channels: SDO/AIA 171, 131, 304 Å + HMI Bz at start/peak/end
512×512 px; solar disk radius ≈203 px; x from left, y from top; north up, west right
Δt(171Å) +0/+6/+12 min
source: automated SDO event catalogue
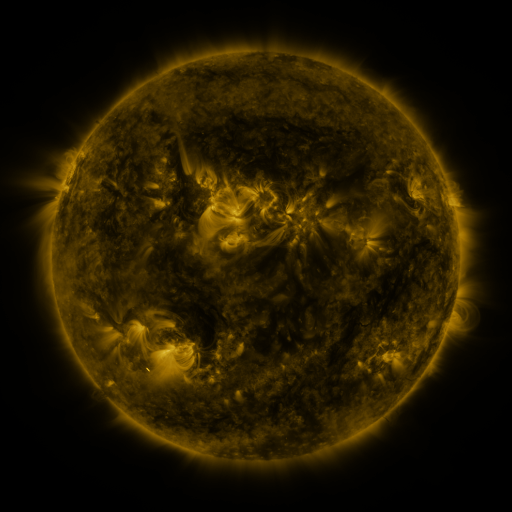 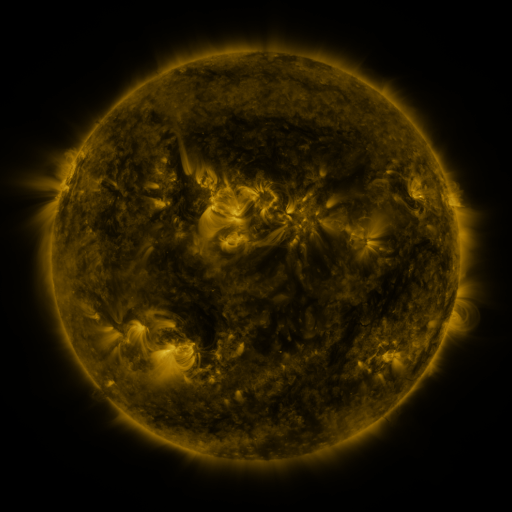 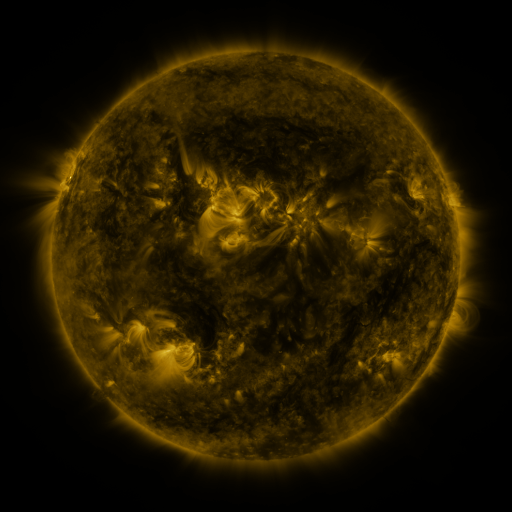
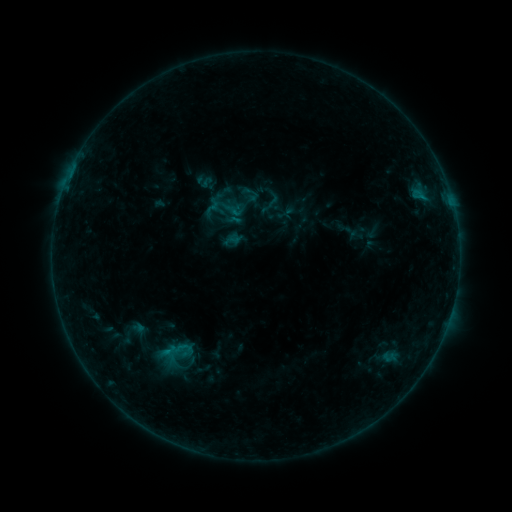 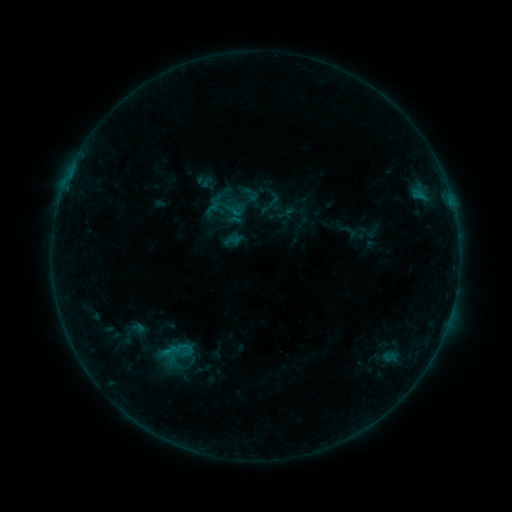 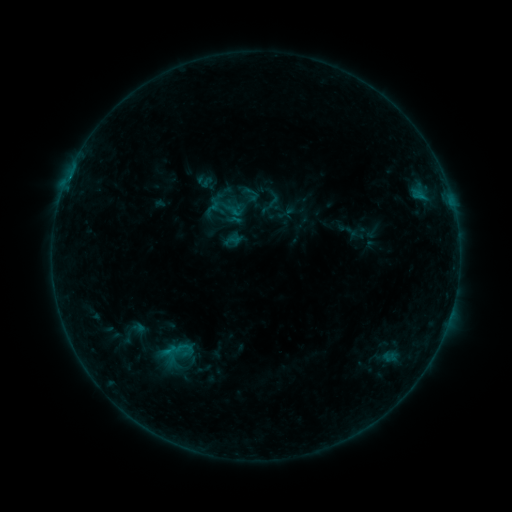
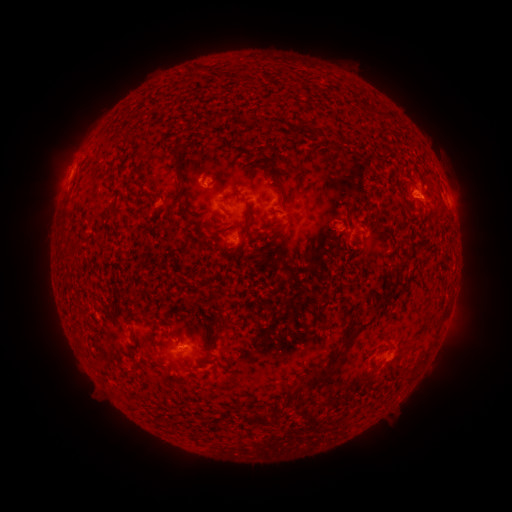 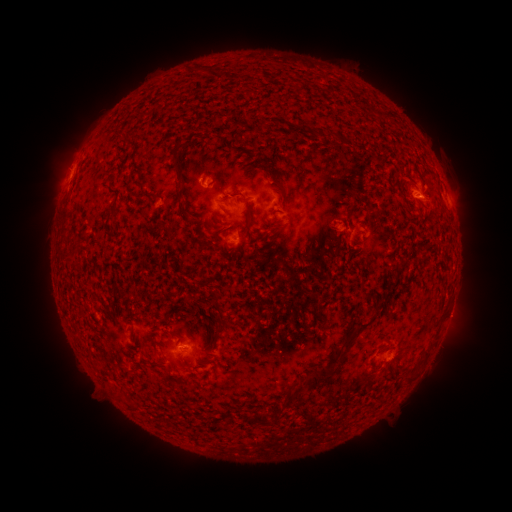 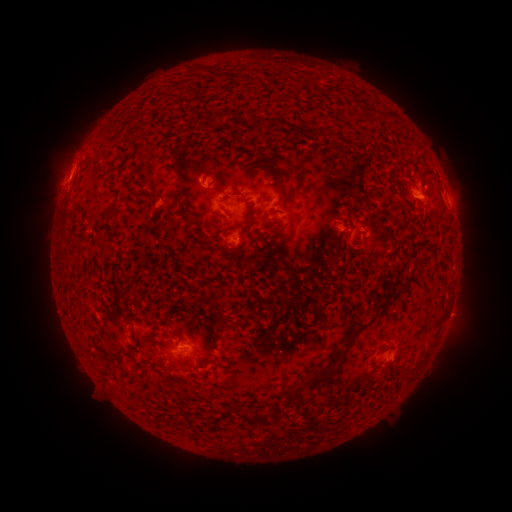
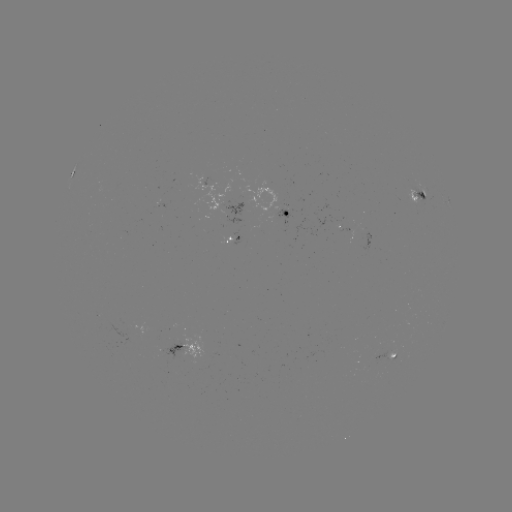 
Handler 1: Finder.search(eruption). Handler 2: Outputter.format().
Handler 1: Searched eruption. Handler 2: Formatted [457, 315].